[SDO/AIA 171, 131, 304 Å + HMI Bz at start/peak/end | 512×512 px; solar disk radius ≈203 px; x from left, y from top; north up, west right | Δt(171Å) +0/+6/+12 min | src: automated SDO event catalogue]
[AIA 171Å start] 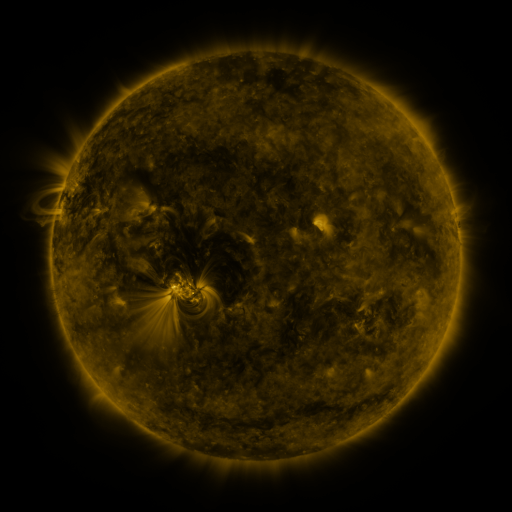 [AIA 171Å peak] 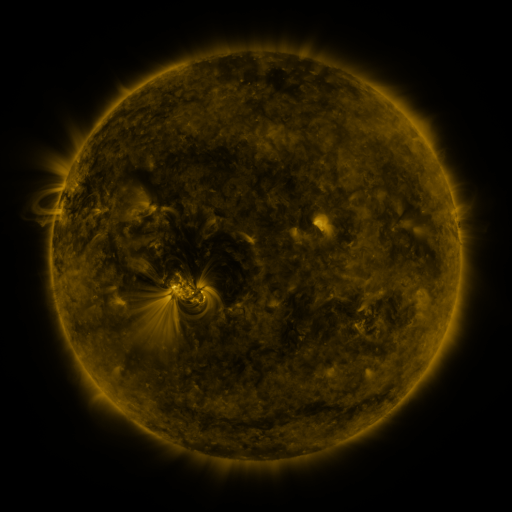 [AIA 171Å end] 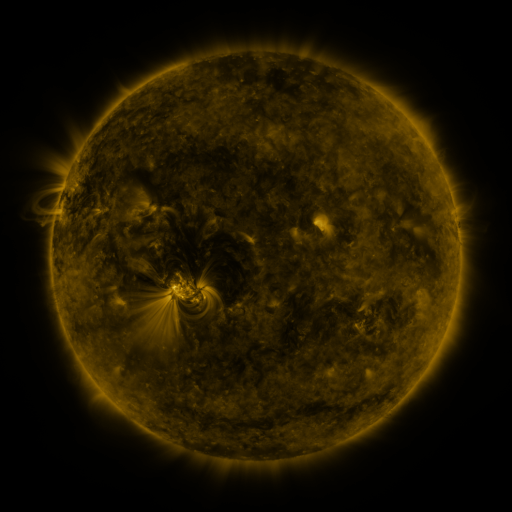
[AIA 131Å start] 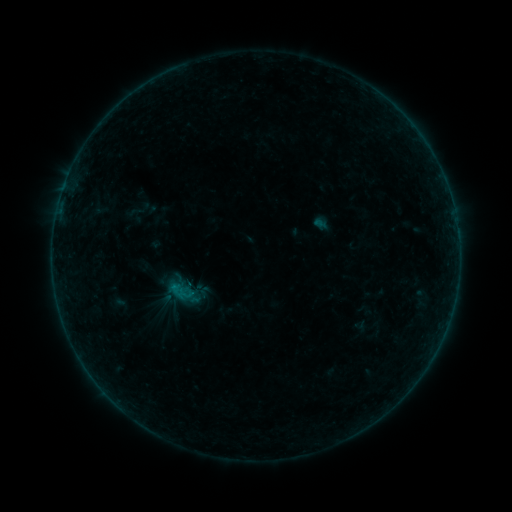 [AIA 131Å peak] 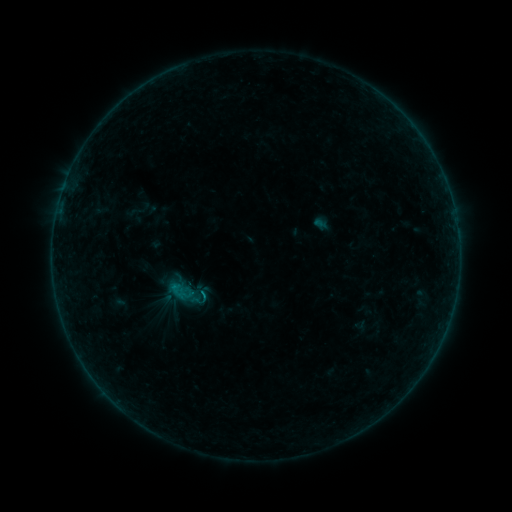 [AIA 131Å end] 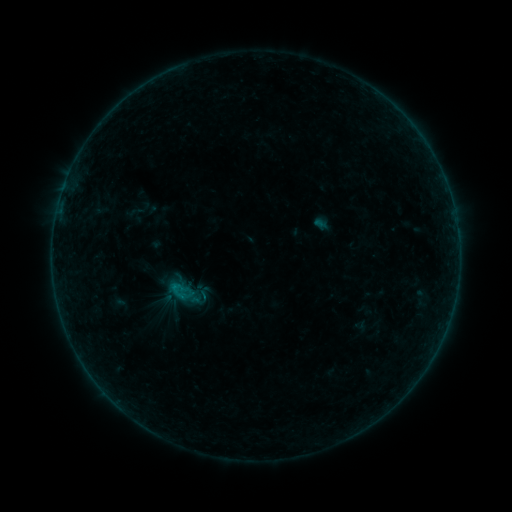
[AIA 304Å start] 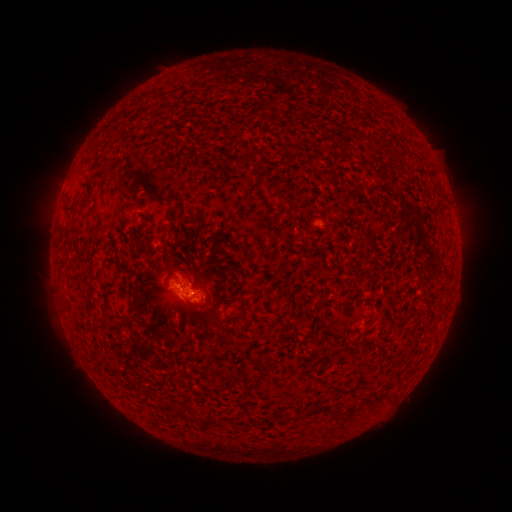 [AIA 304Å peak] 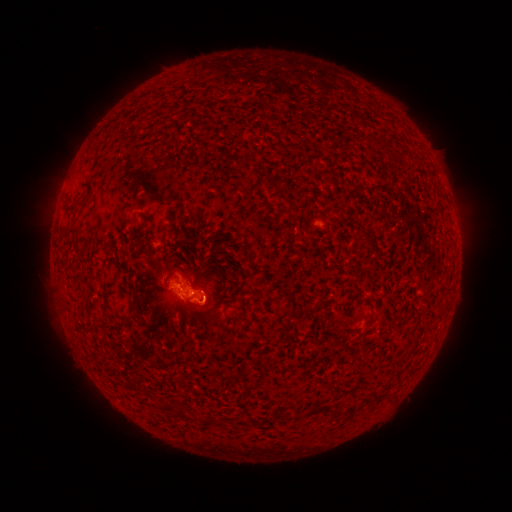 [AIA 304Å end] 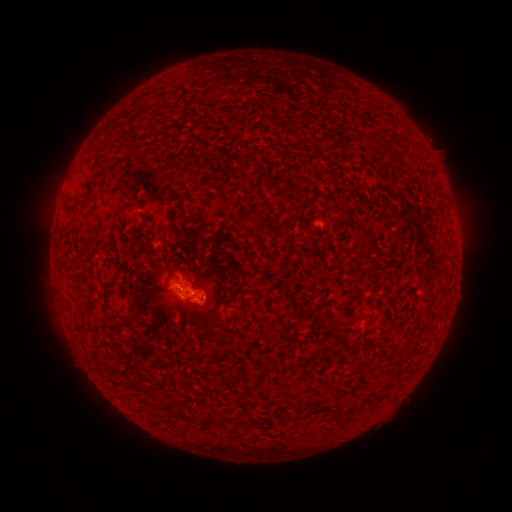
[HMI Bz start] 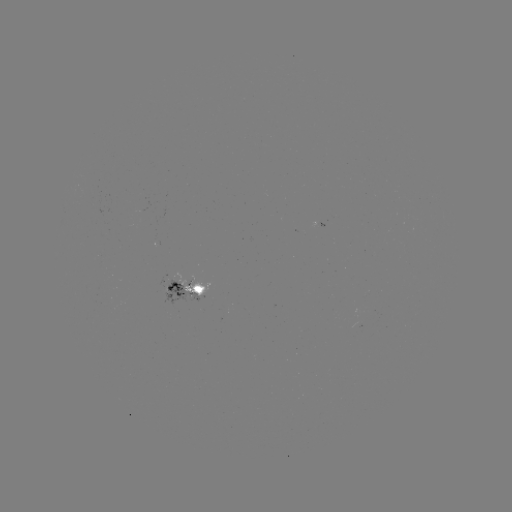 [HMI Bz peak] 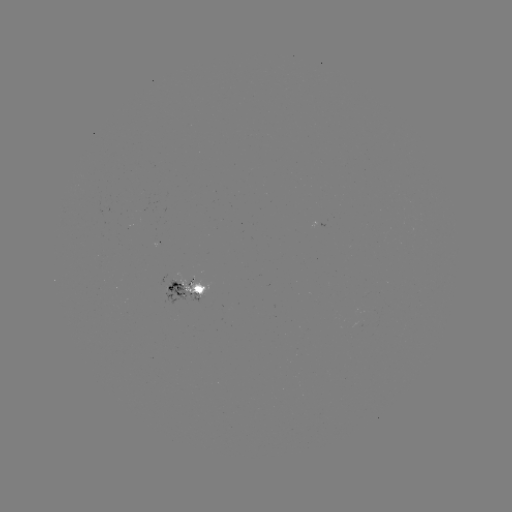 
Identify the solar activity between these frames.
B3.8 flare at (206, 294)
